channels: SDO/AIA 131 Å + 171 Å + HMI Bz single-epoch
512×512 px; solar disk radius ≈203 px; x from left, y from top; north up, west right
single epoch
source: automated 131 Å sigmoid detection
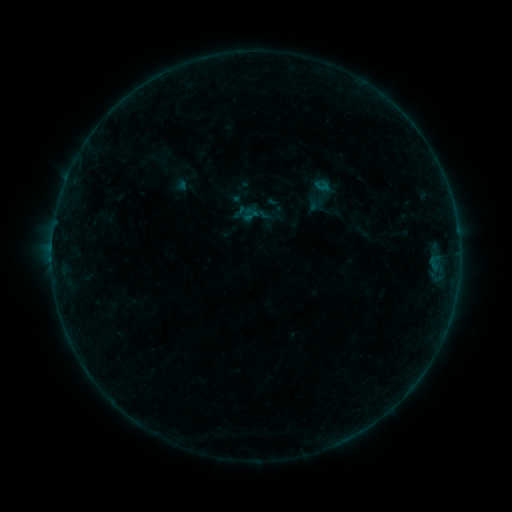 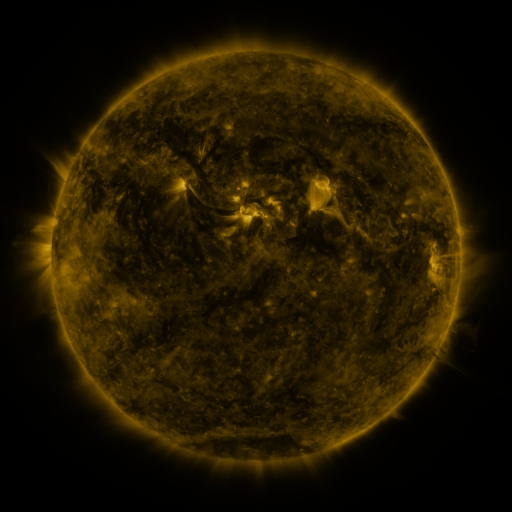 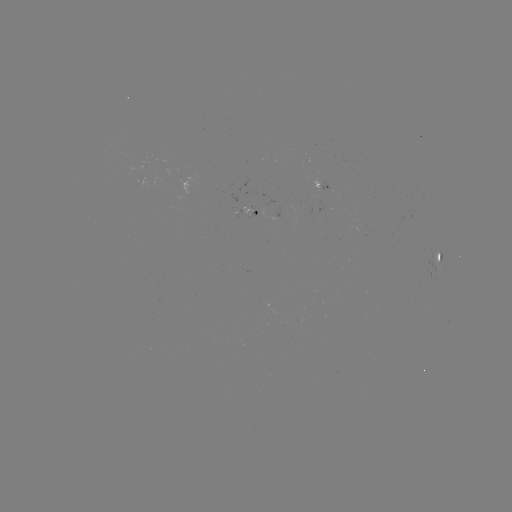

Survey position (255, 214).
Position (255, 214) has sigmoid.